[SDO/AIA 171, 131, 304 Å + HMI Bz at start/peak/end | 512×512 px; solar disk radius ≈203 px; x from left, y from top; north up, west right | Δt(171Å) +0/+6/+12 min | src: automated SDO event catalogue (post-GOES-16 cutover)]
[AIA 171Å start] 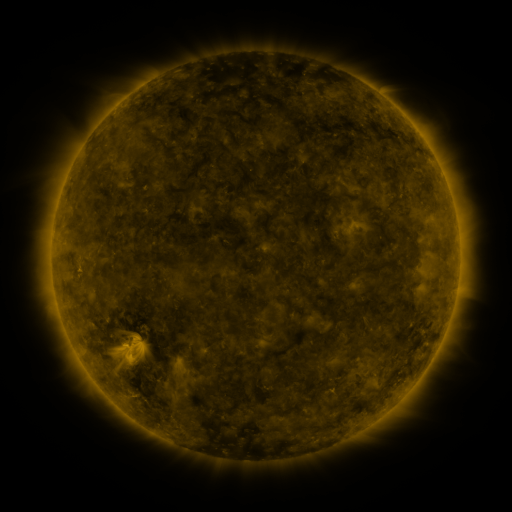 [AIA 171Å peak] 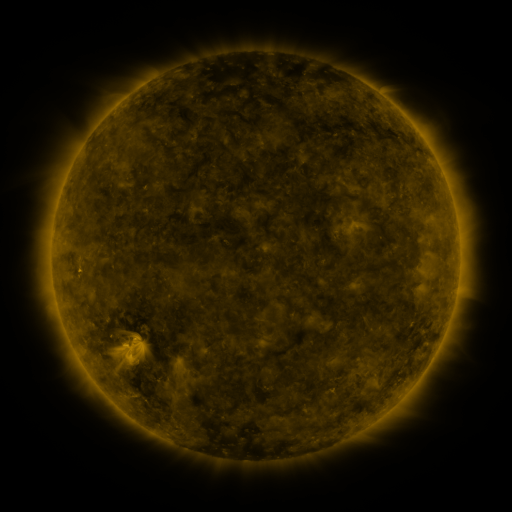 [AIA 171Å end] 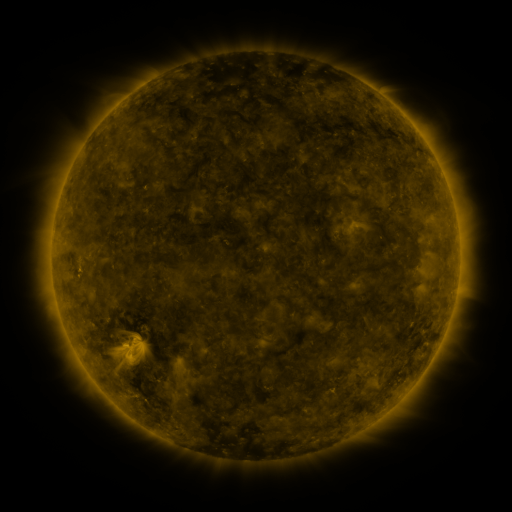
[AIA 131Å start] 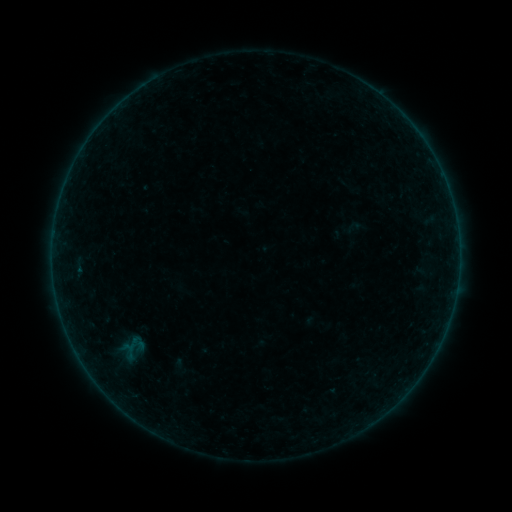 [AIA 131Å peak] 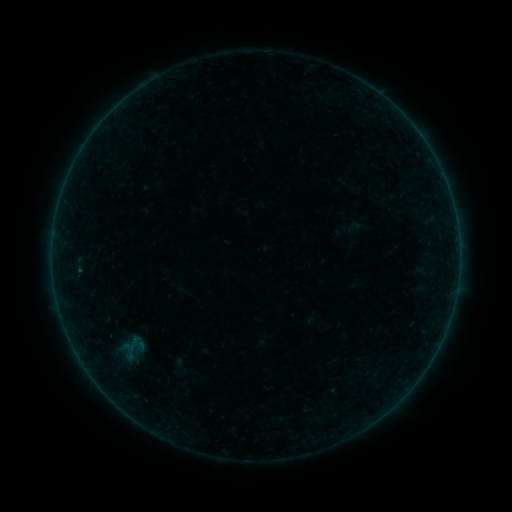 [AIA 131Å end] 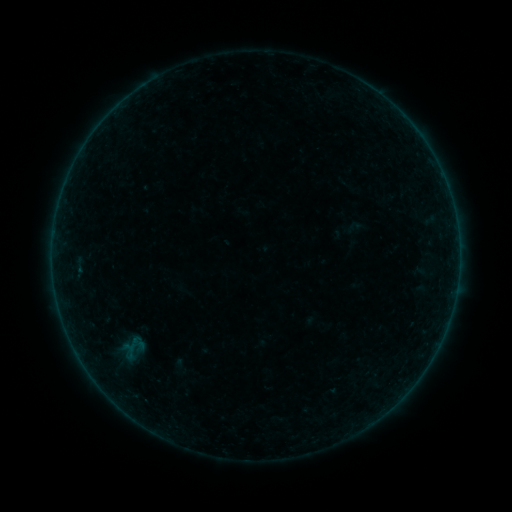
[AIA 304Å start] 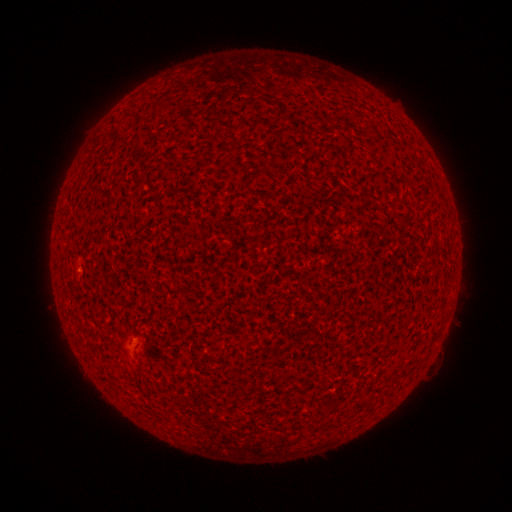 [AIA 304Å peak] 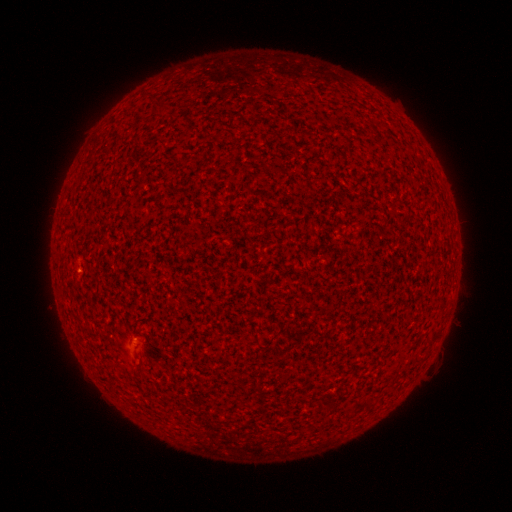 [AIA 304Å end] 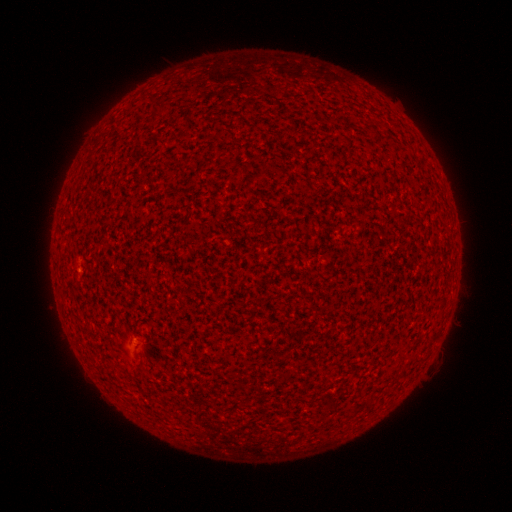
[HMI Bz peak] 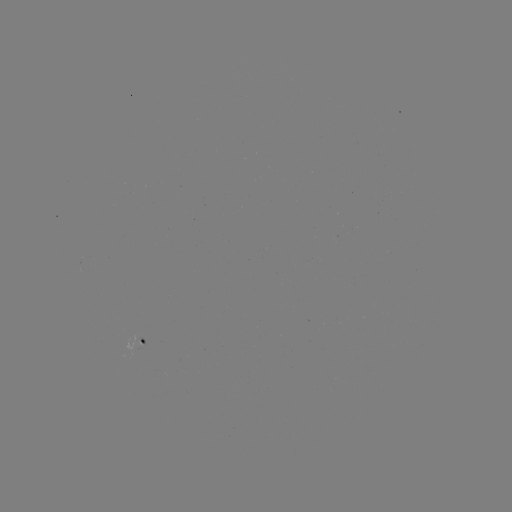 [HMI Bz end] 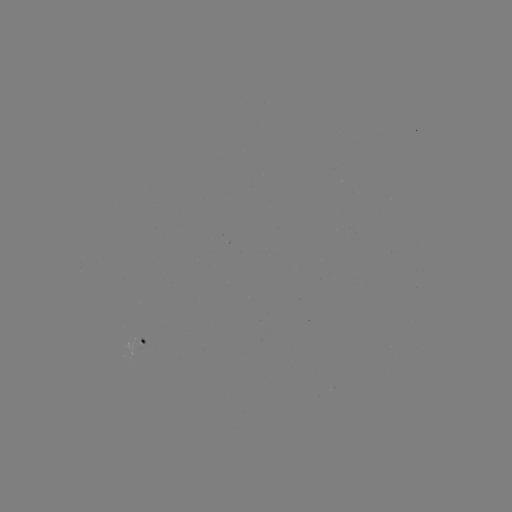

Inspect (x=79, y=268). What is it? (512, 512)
A3.2 flare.